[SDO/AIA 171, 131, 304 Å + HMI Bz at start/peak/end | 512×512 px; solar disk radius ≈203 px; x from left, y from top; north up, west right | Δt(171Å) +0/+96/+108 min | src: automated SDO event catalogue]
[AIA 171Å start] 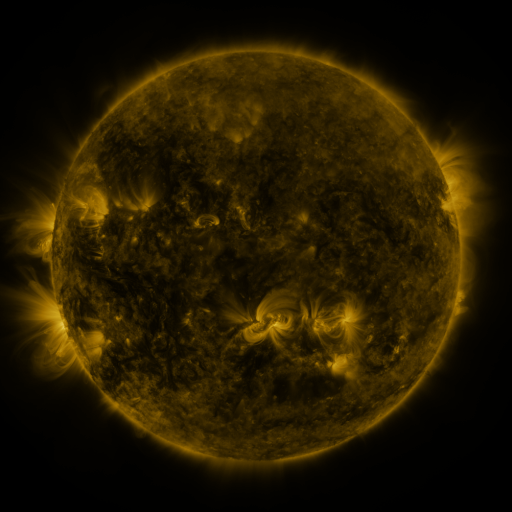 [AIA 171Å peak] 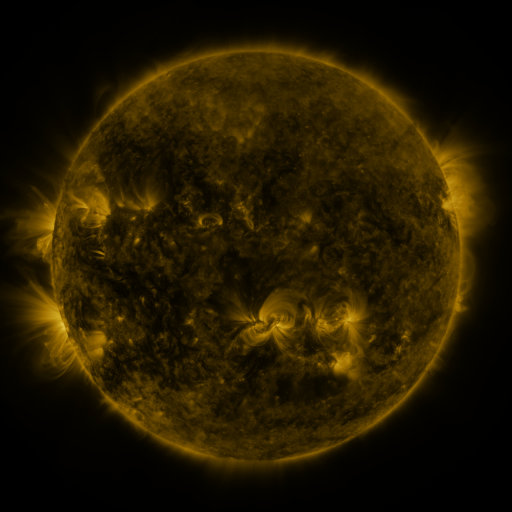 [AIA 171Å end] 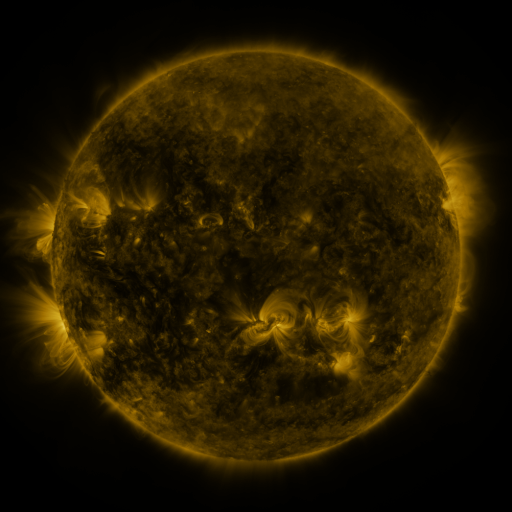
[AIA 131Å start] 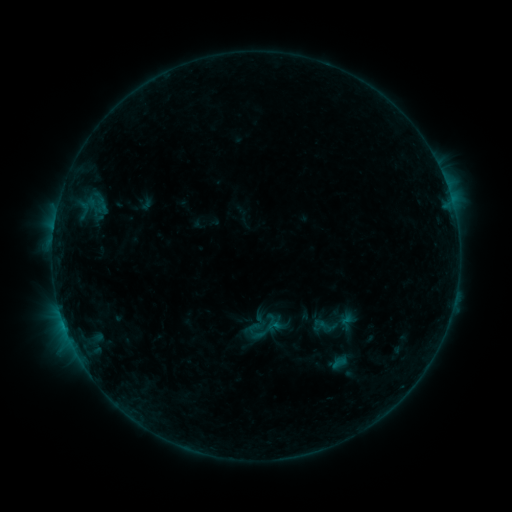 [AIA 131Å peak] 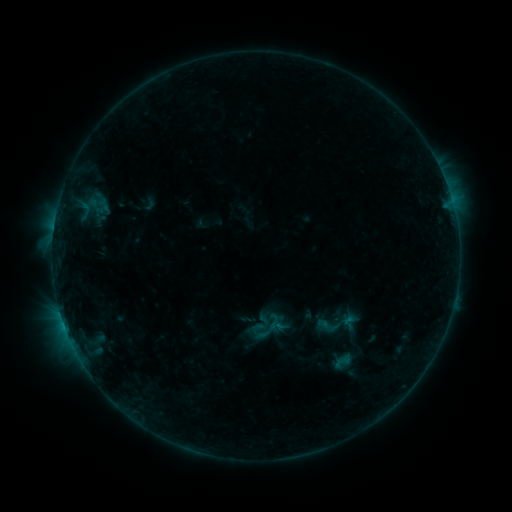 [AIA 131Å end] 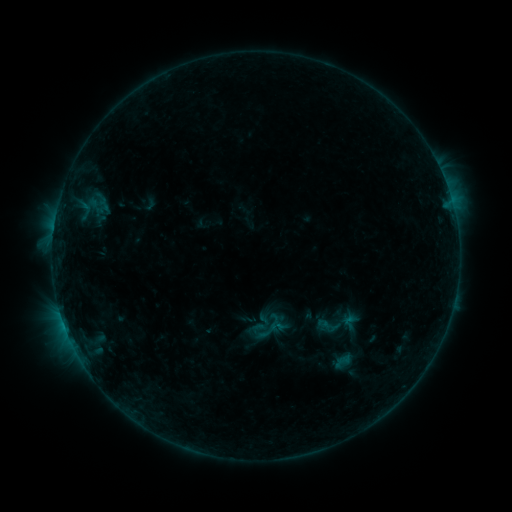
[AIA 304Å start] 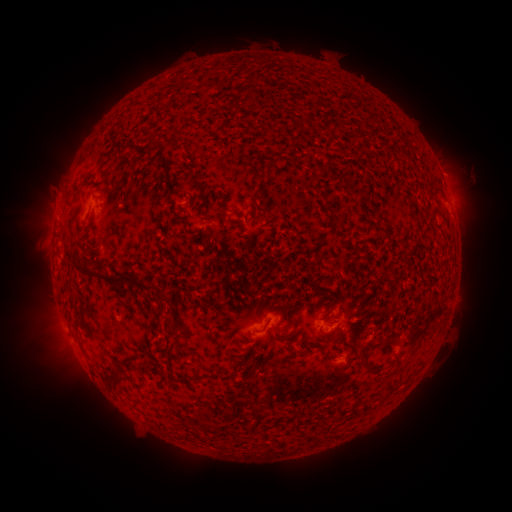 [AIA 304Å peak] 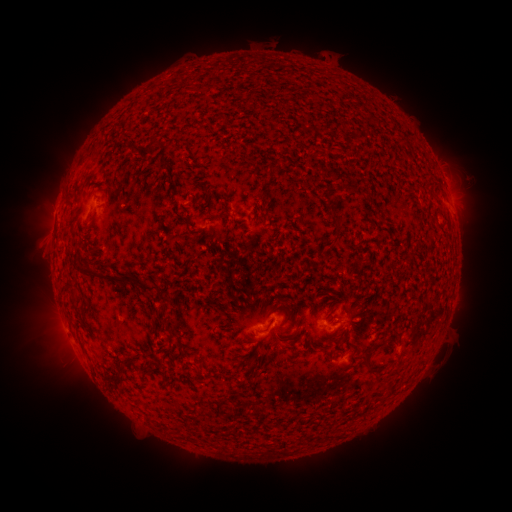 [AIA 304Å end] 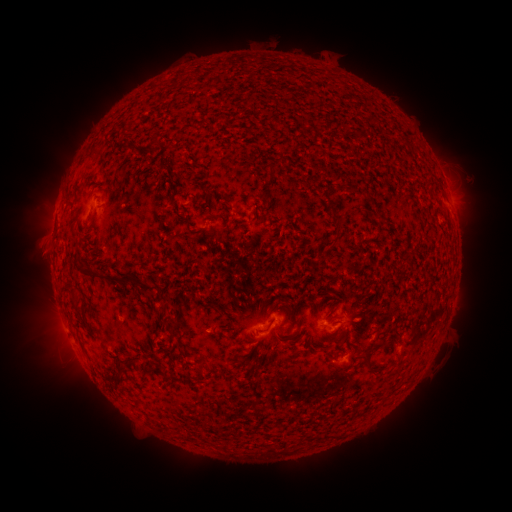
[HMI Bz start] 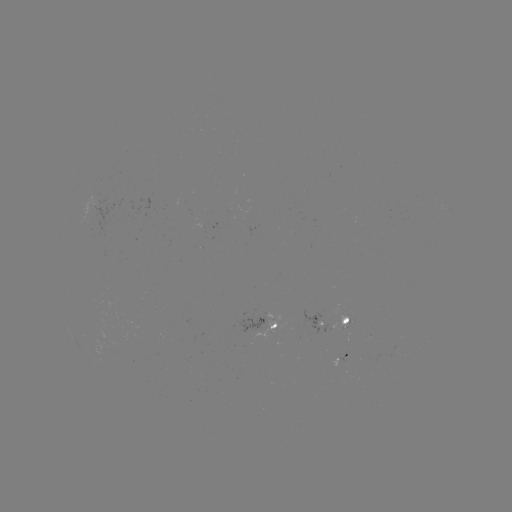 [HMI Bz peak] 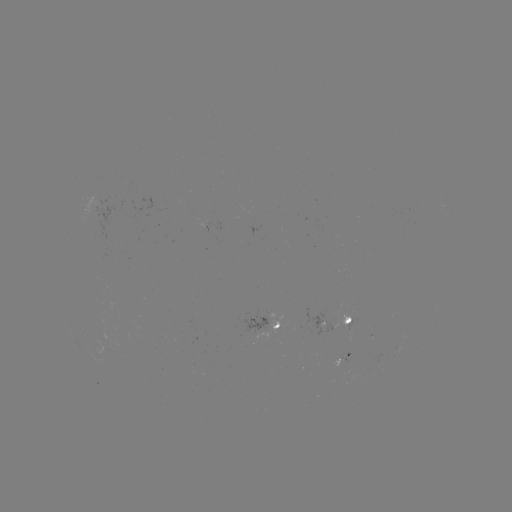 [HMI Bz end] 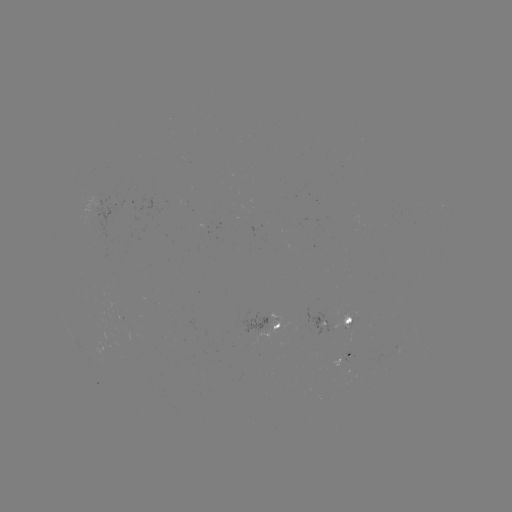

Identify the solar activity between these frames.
emerging-flux region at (348, 325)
